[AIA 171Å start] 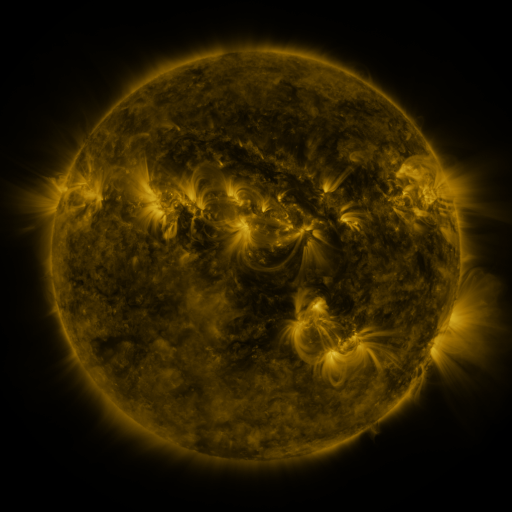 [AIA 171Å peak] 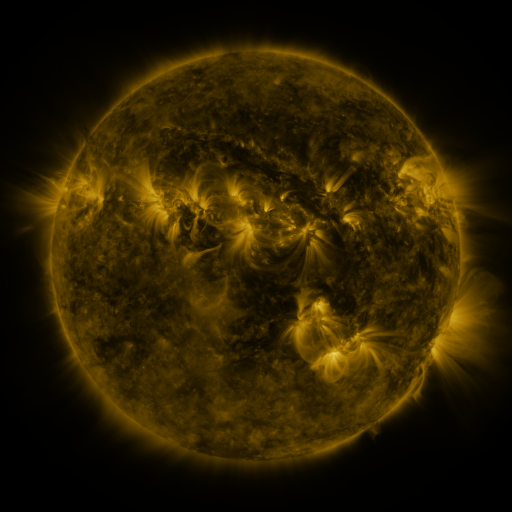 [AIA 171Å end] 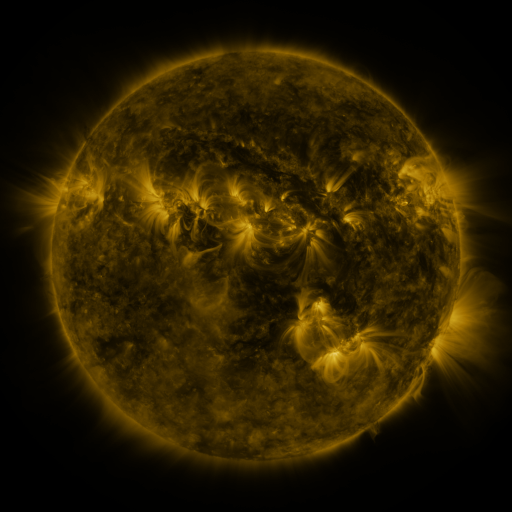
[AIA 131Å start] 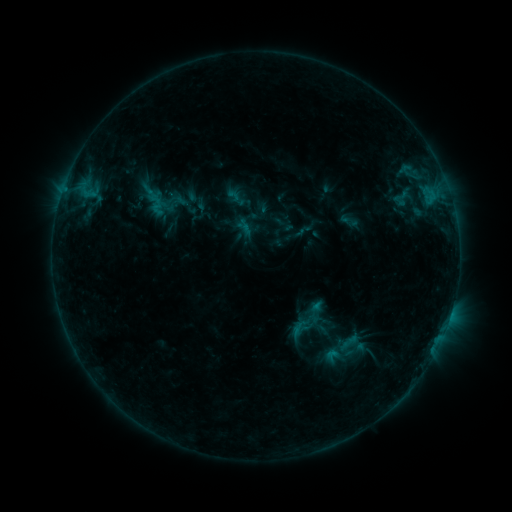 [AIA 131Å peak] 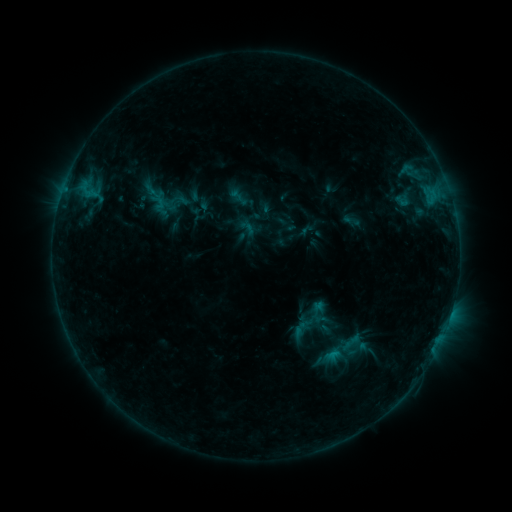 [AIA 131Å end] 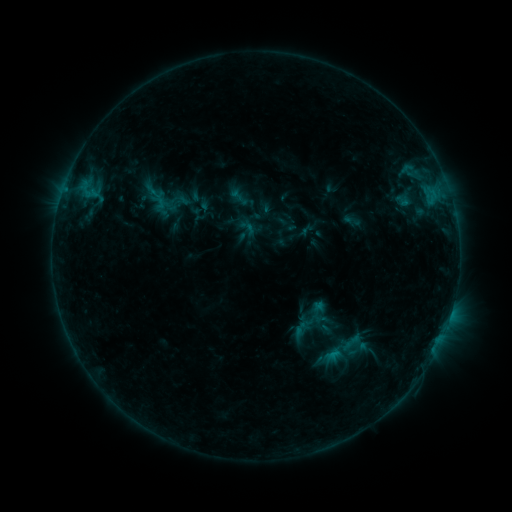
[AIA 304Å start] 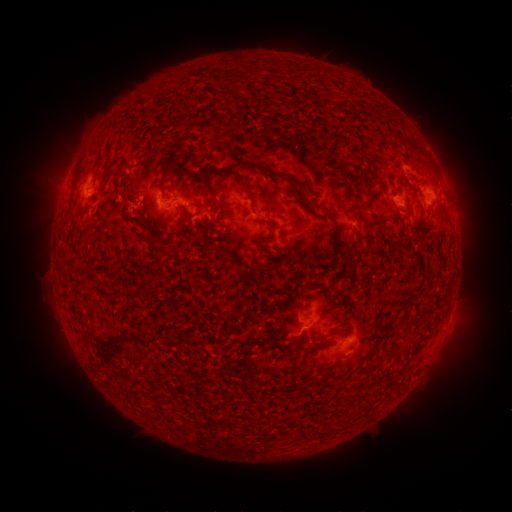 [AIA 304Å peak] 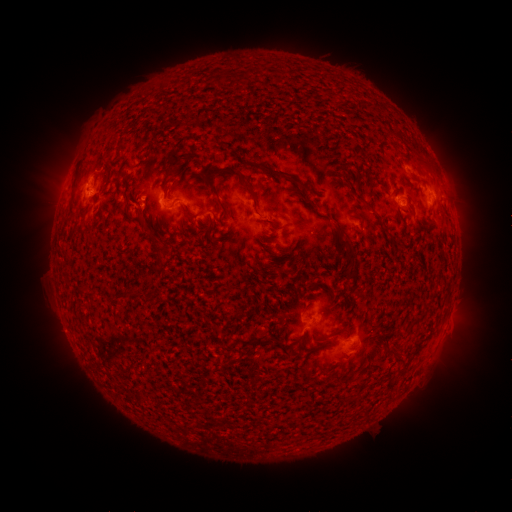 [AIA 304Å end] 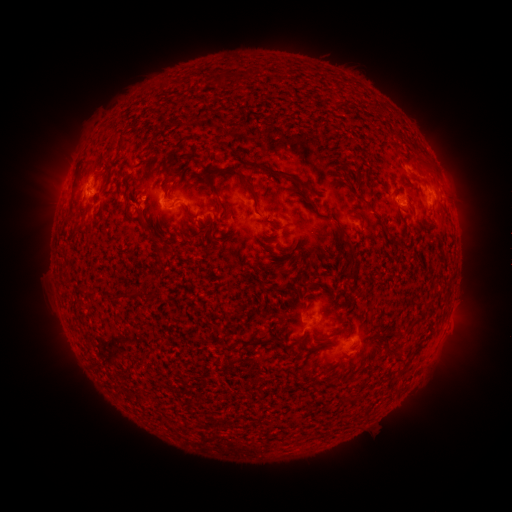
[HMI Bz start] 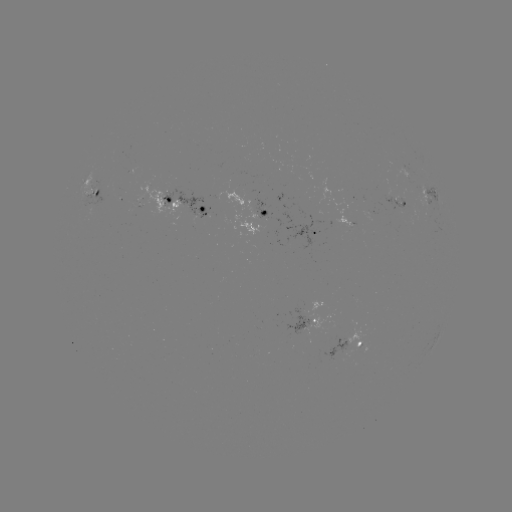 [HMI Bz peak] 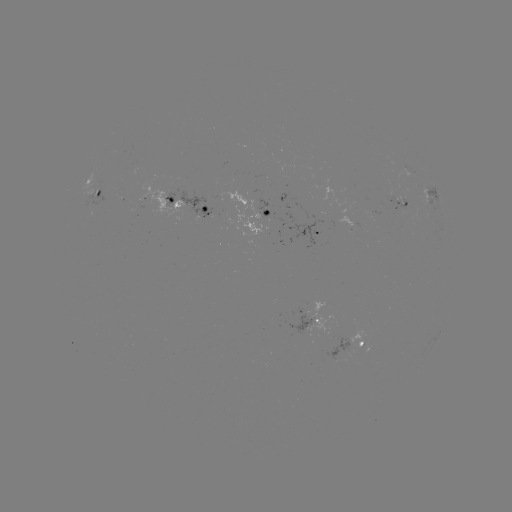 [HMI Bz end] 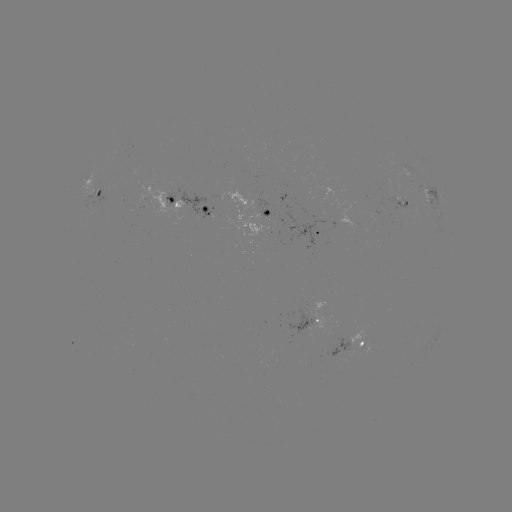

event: emerging-flux region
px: (325, 221)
